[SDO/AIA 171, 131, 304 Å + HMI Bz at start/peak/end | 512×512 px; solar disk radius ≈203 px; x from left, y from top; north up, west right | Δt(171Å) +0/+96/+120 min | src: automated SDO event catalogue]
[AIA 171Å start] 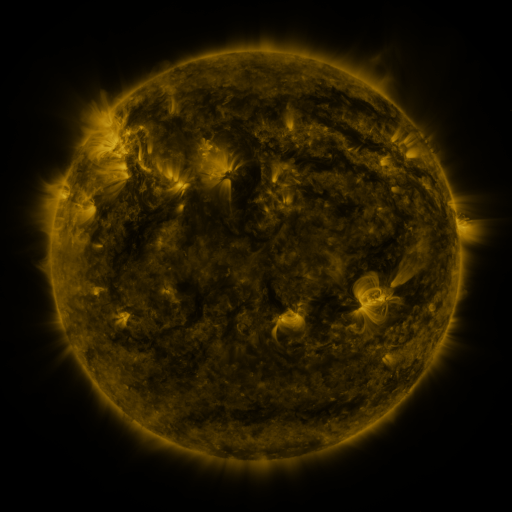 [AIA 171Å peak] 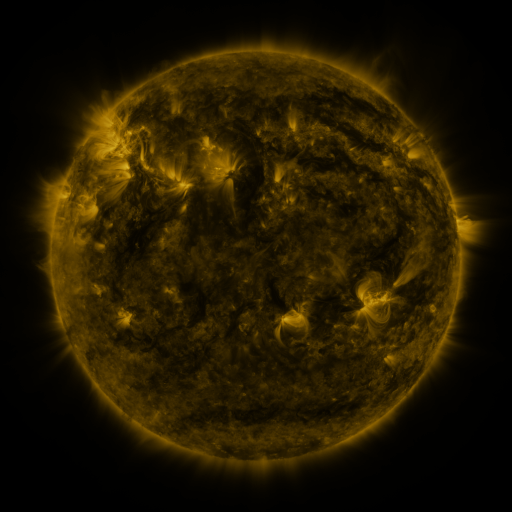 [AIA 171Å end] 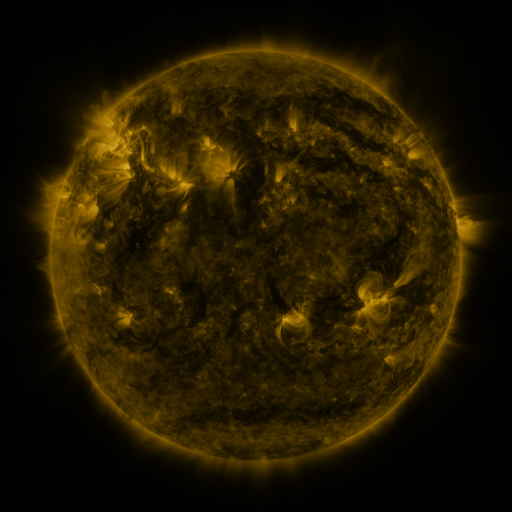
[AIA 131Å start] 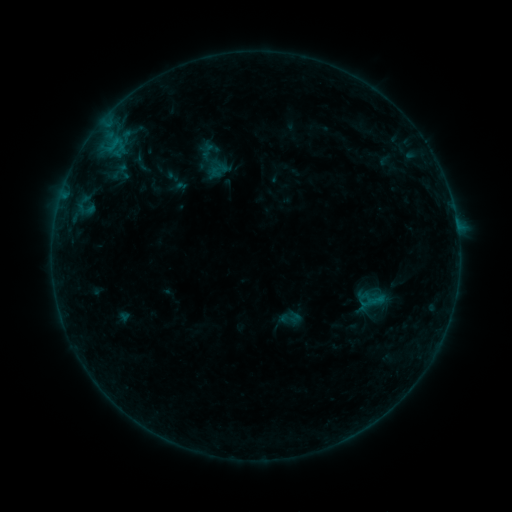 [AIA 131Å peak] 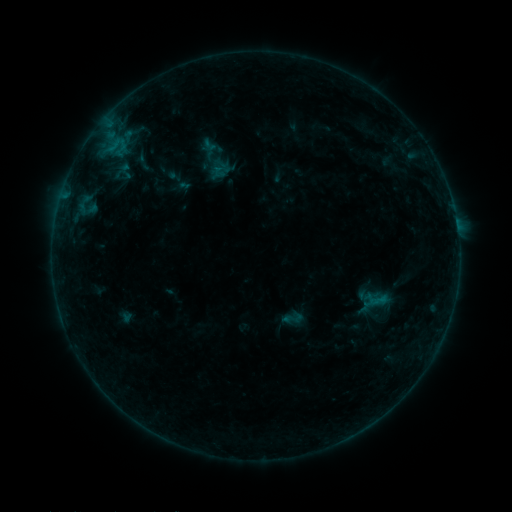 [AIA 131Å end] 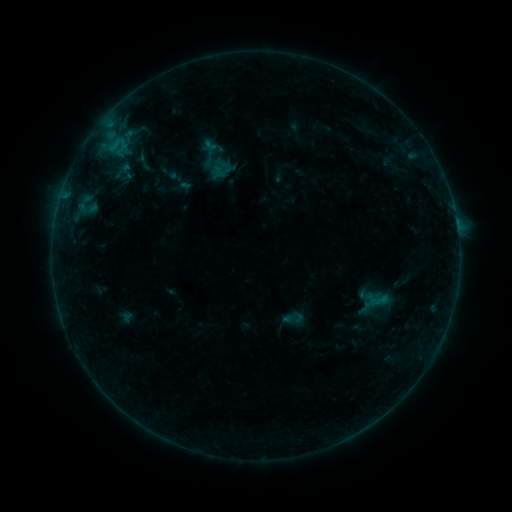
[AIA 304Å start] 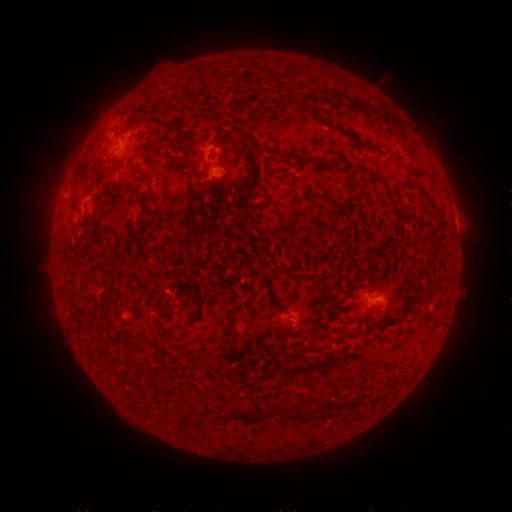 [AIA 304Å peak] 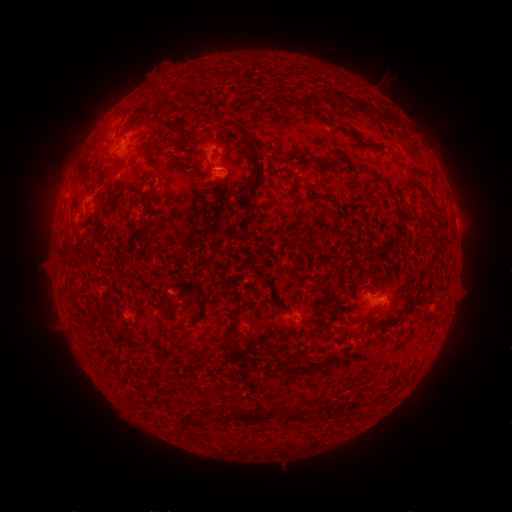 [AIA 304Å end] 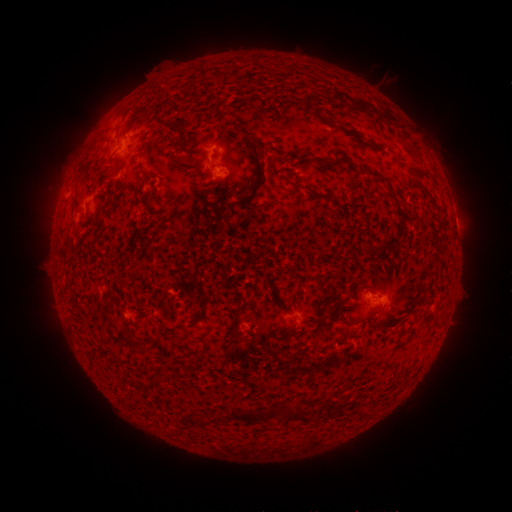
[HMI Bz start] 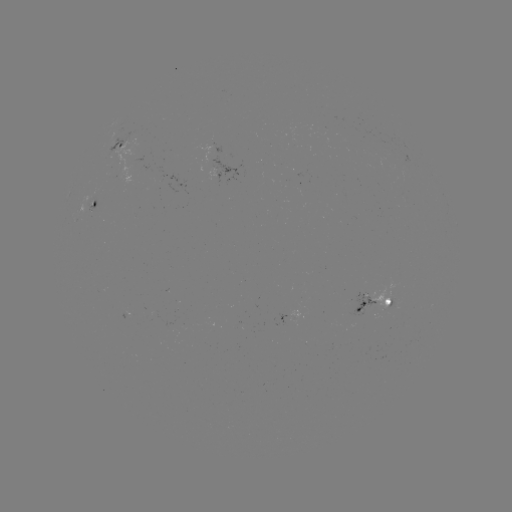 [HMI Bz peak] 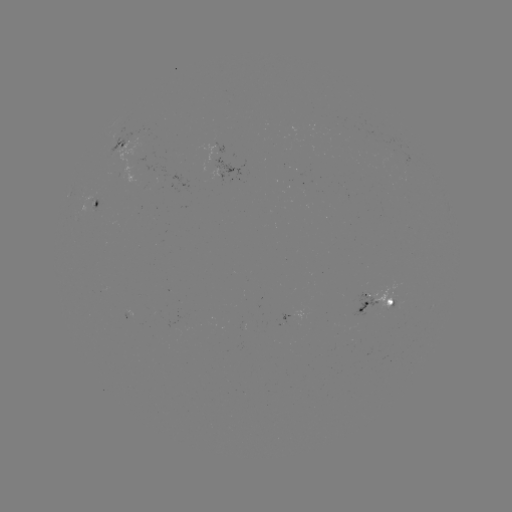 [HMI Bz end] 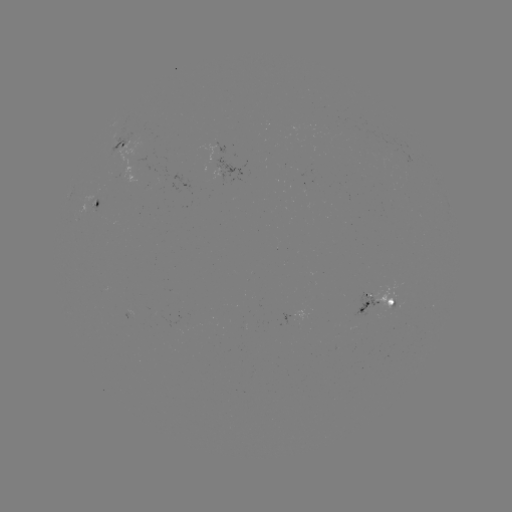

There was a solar emerging-flux region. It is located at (398, 302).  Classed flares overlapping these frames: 1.